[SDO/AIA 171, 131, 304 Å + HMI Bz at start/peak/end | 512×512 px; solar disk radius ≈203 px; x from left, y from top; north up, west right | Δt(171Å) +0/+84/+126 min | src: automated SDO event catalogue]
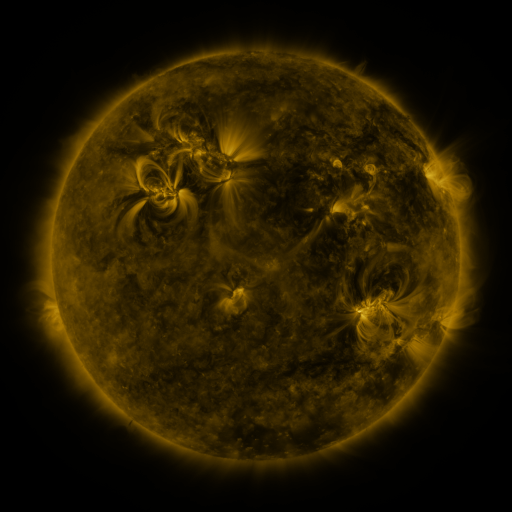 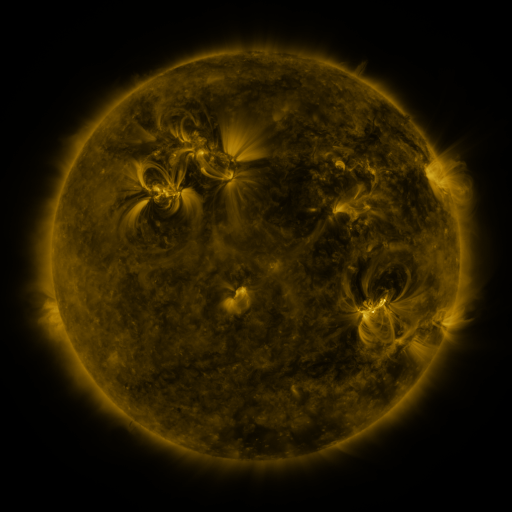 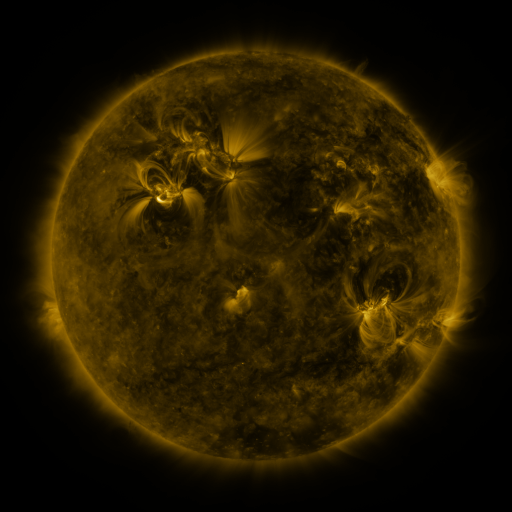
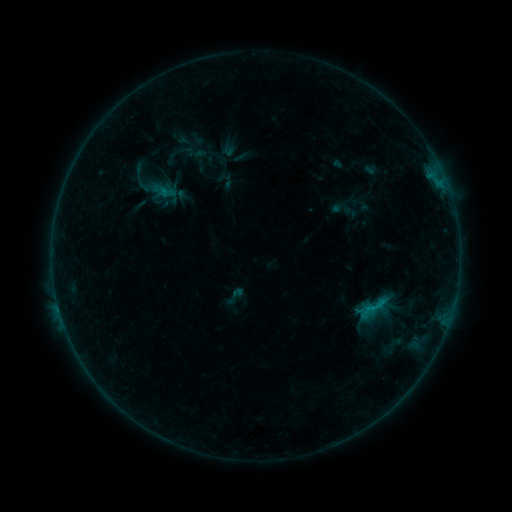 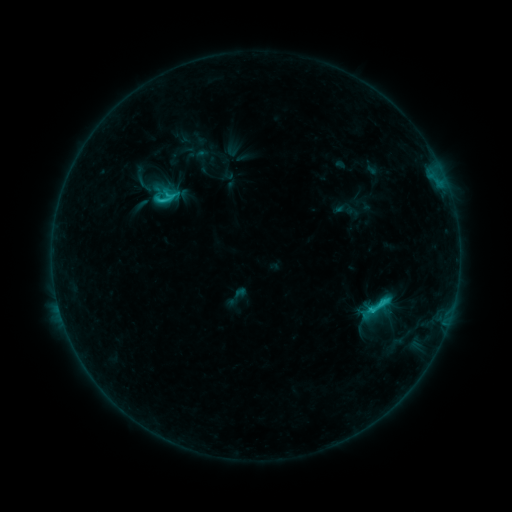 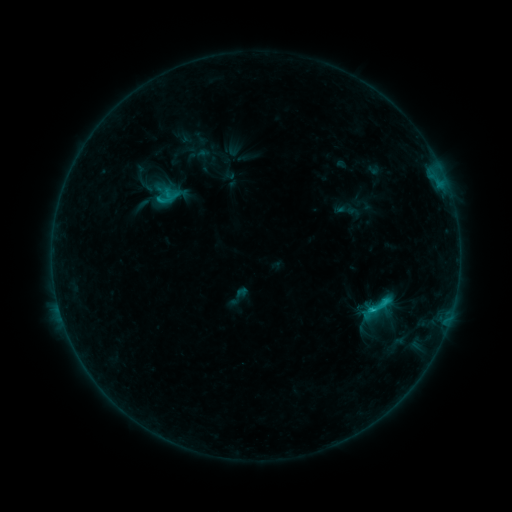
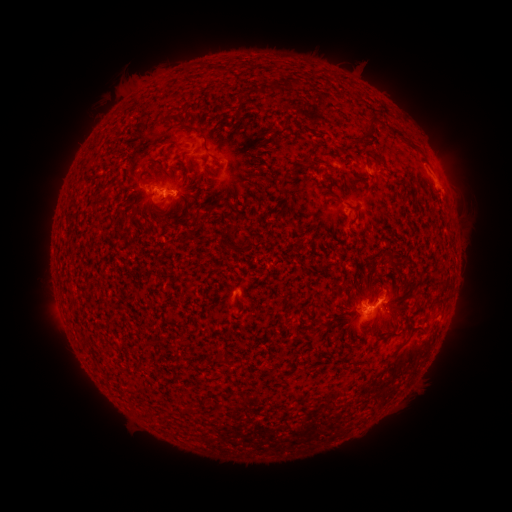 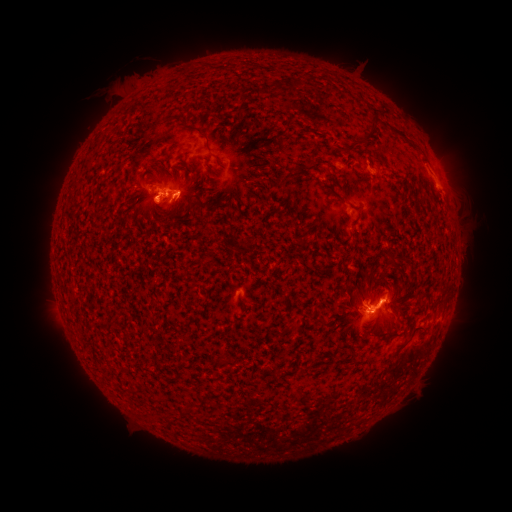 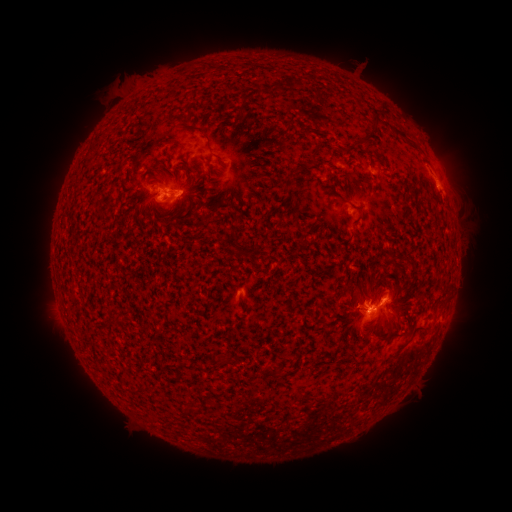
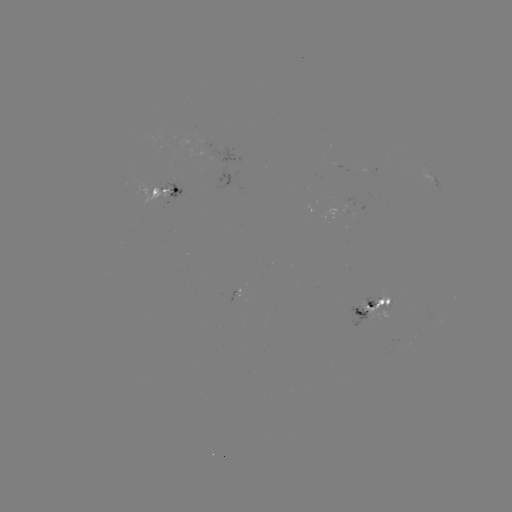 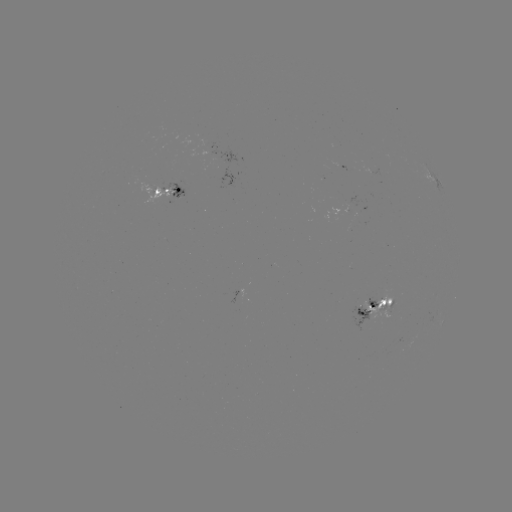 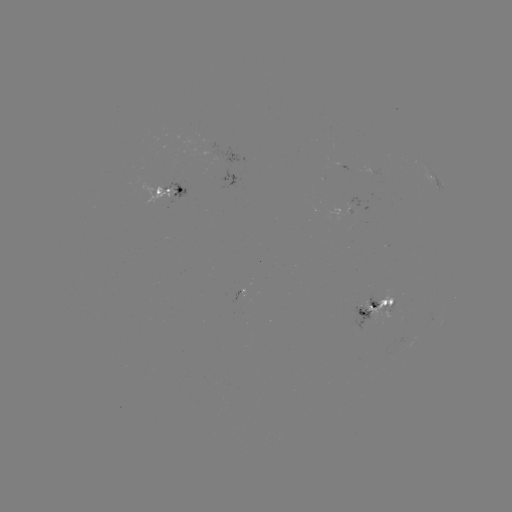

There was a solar flare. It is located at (383, 300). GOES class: C2.8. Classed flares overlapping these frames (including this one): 1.